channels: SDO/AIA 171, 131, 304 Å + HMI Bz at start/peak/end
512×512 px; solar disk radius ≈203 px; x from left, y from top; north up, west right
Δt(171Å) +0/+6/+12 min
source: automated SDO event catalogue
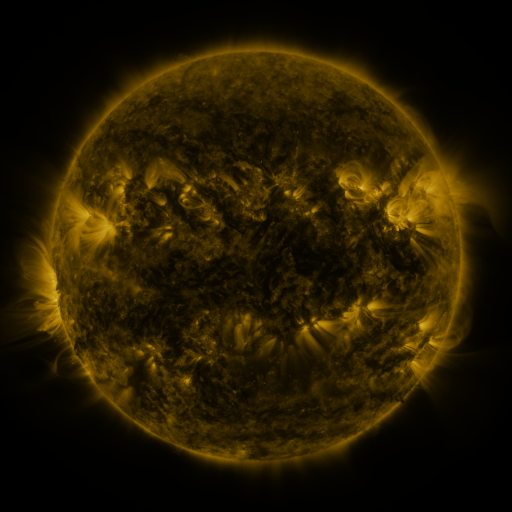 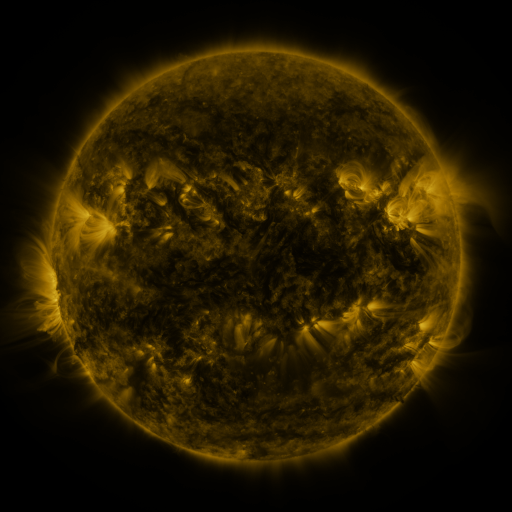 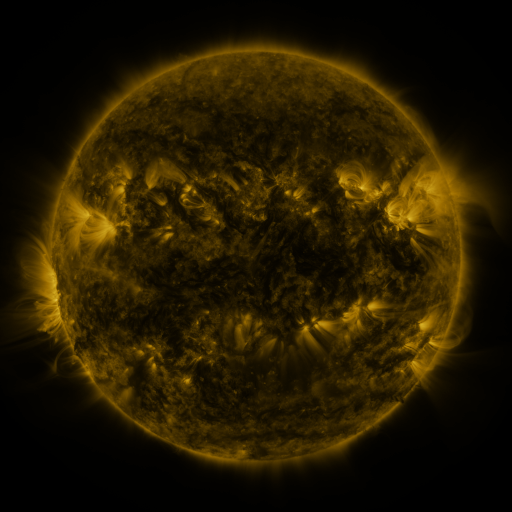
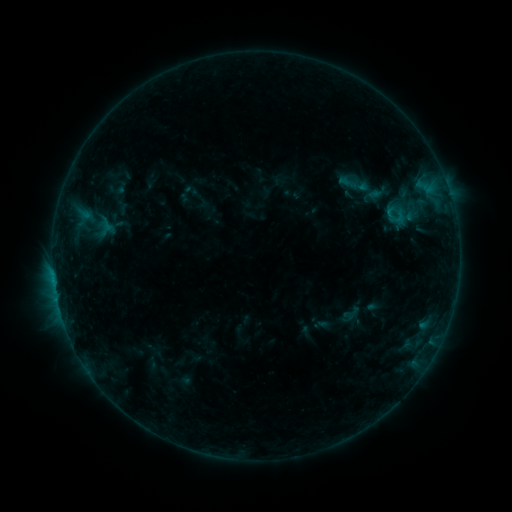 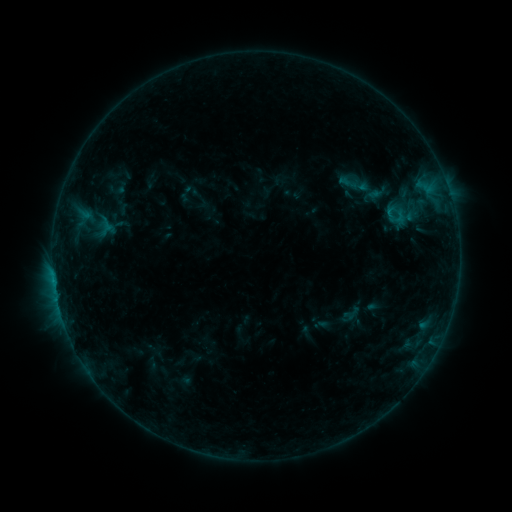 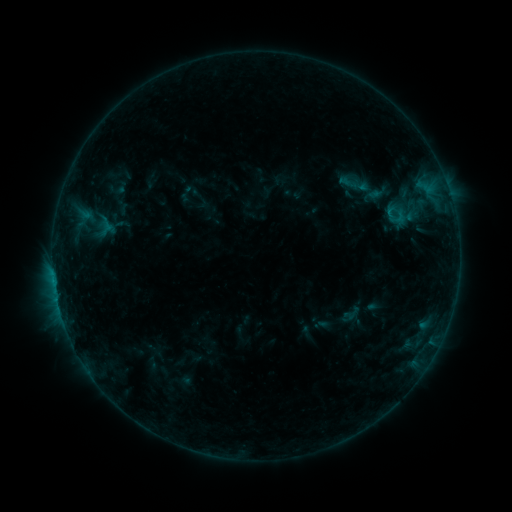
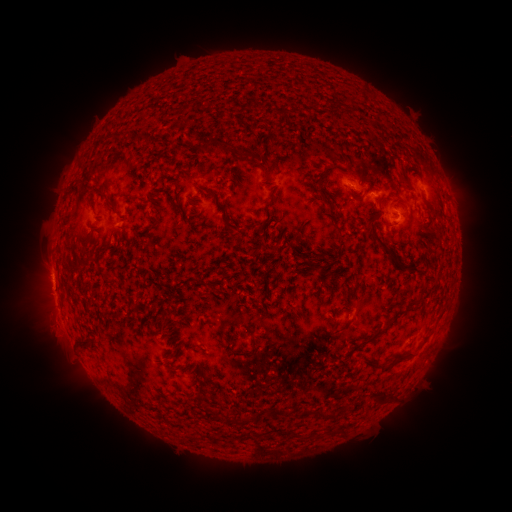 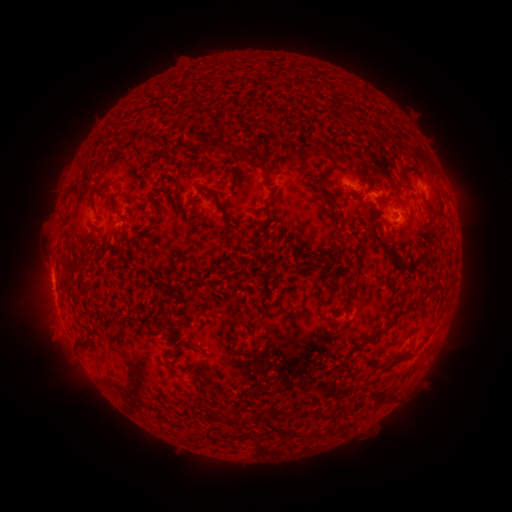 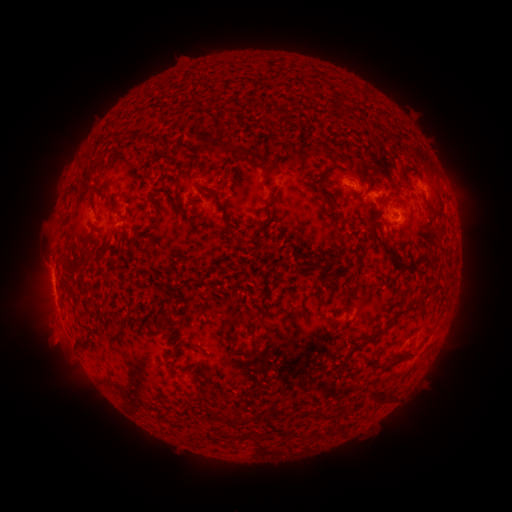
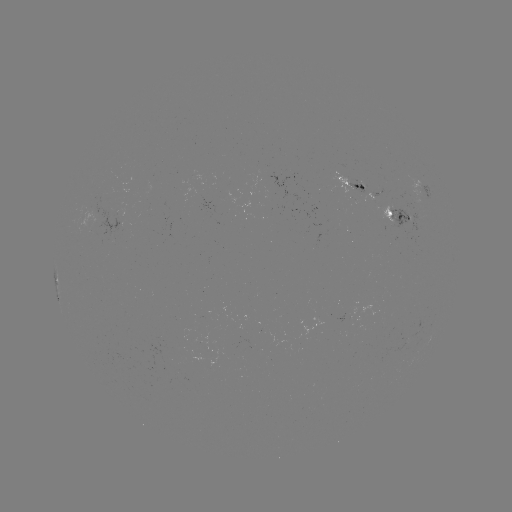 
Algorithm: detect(eruption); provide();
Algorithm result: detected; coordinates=[52, 340]